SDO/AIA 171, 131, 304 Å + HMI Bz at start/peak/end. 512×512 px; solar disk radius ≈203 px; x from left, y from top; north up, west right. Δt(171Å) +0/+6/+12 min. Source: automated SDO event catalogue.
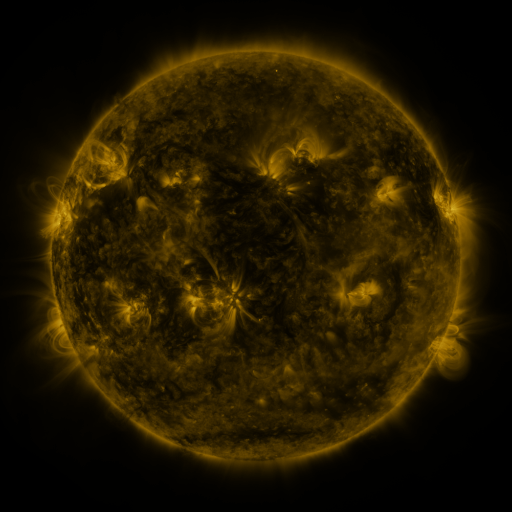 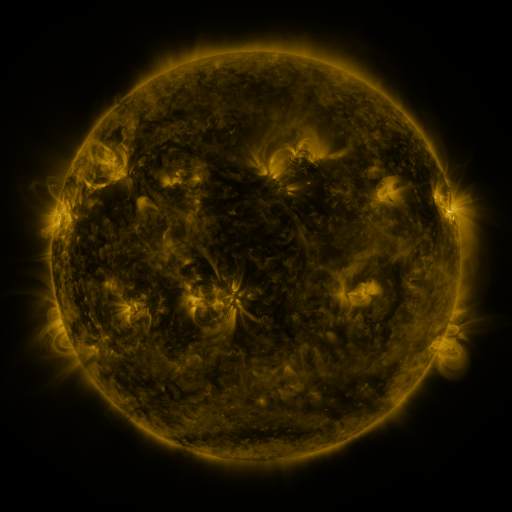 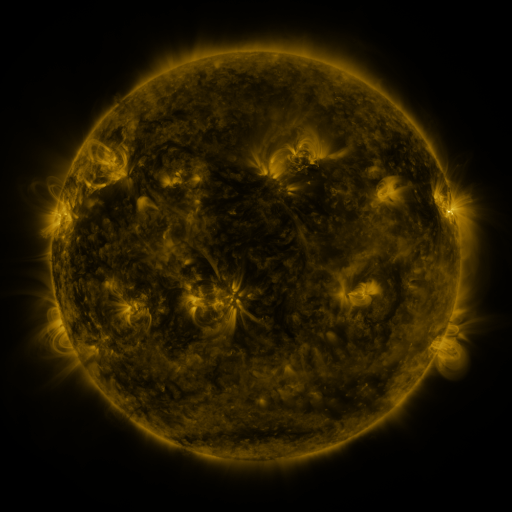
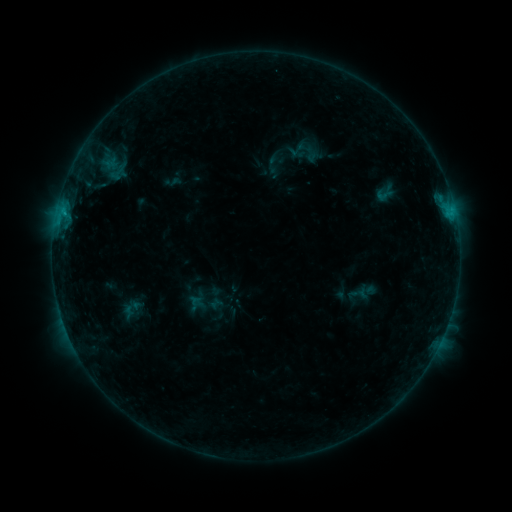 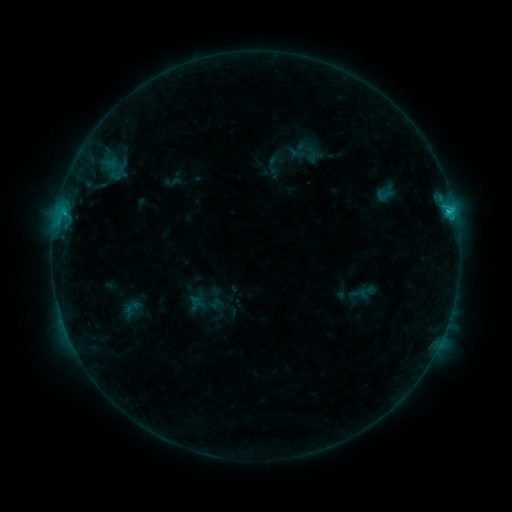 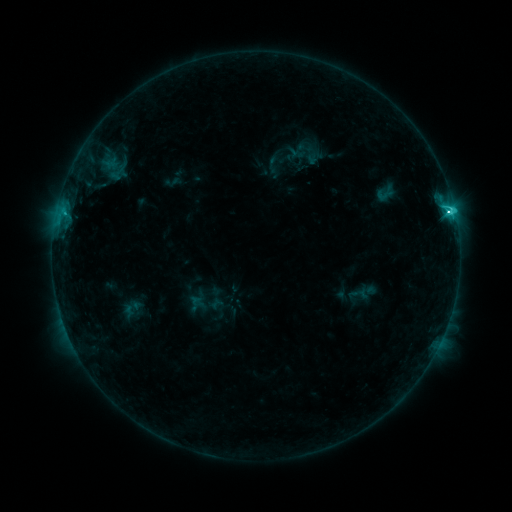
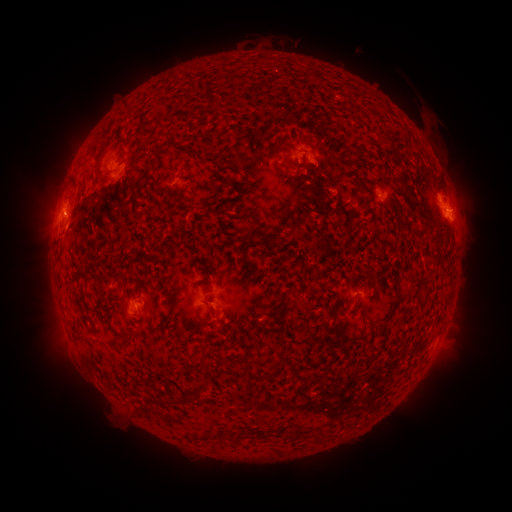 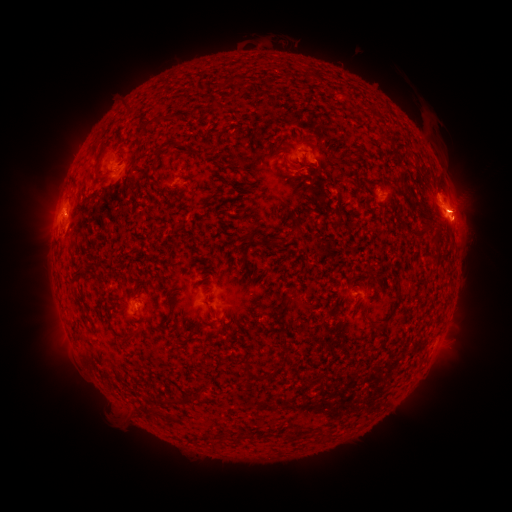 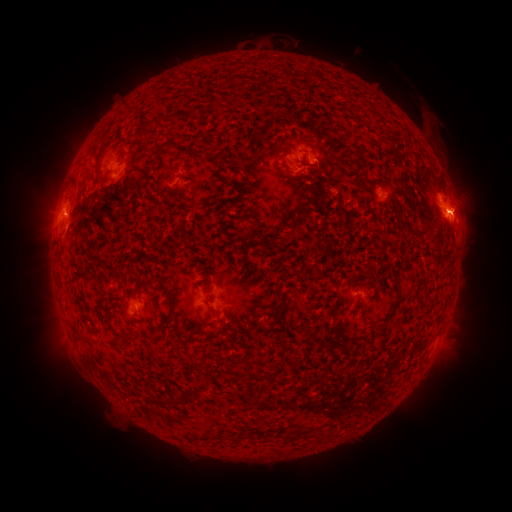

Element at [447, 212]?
C3.9 flare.